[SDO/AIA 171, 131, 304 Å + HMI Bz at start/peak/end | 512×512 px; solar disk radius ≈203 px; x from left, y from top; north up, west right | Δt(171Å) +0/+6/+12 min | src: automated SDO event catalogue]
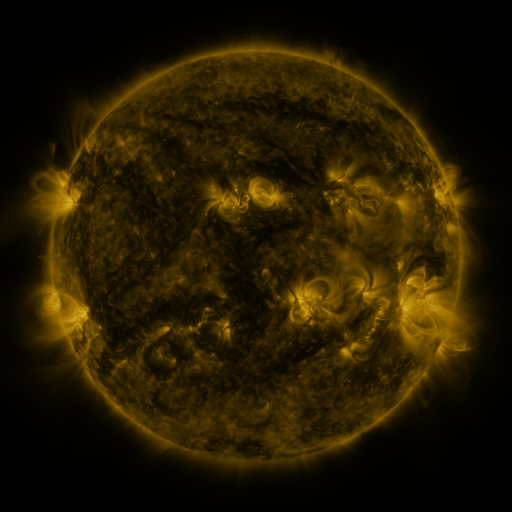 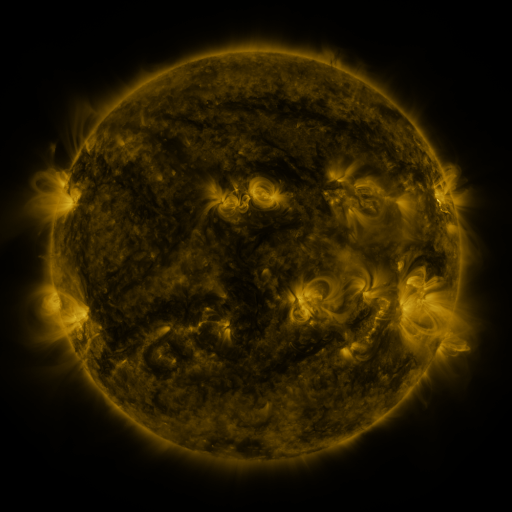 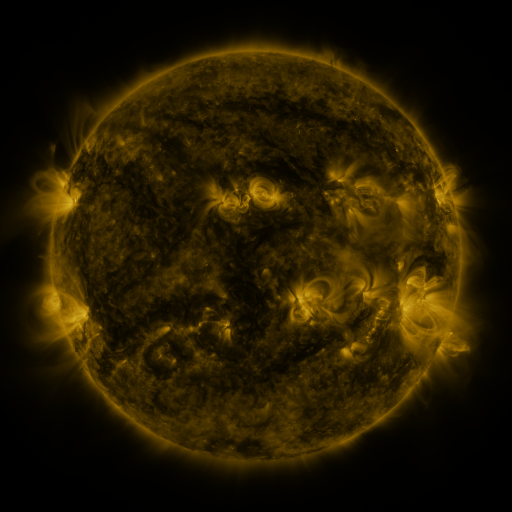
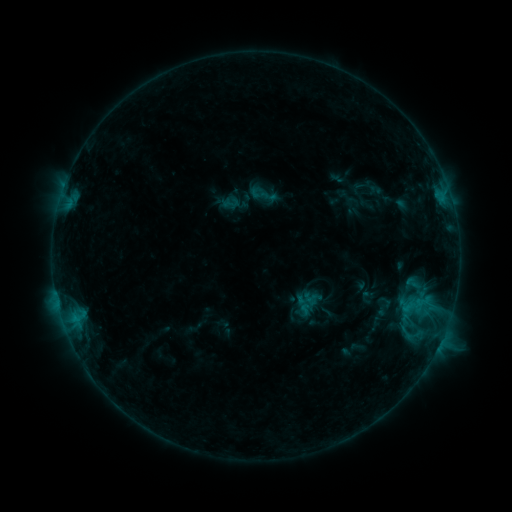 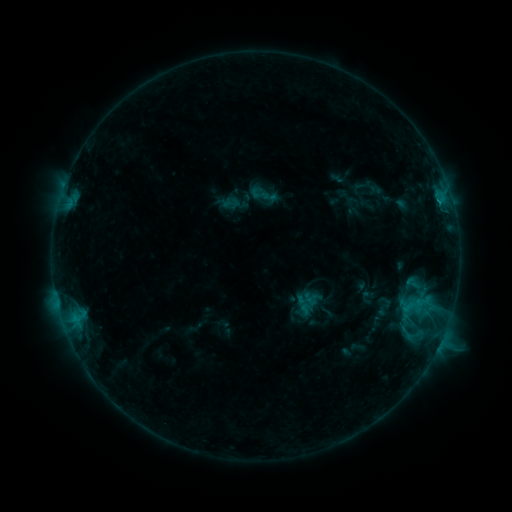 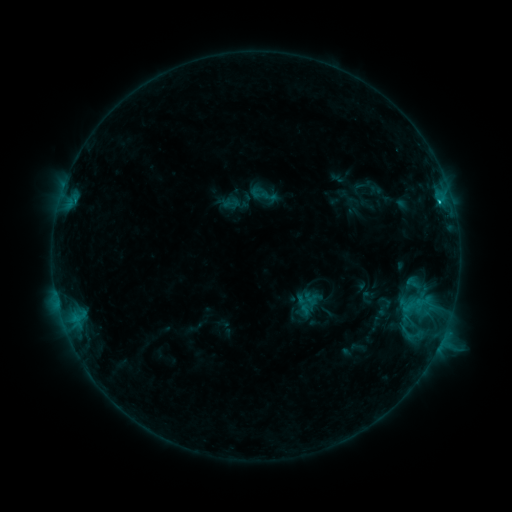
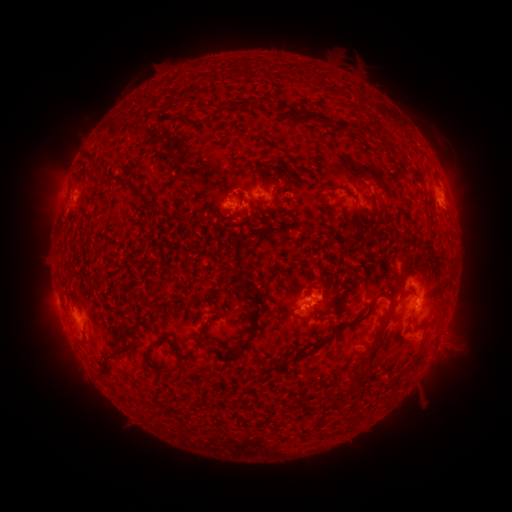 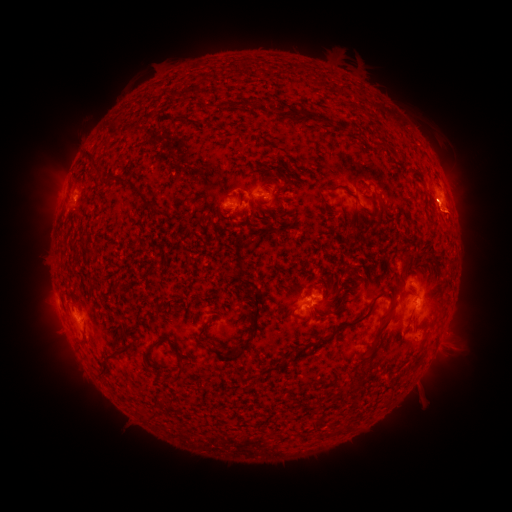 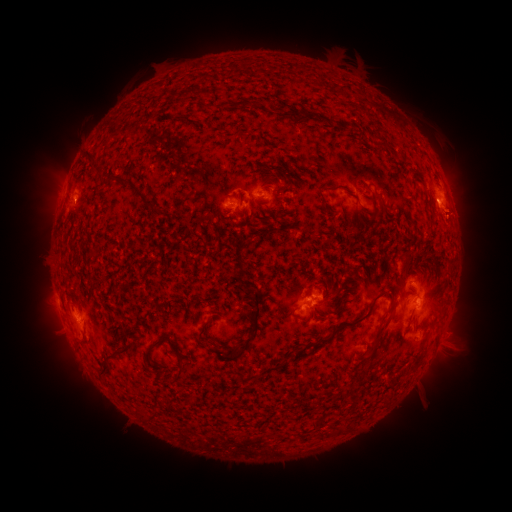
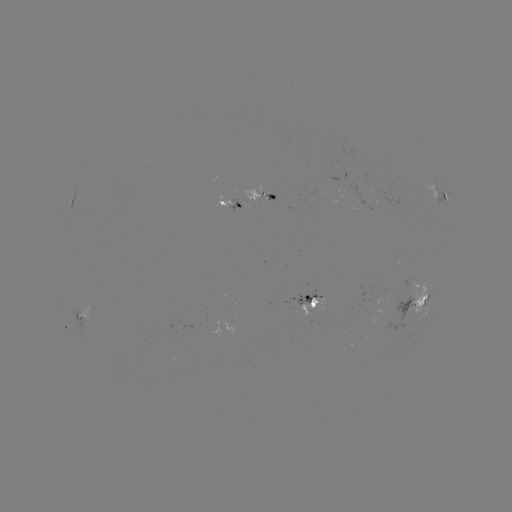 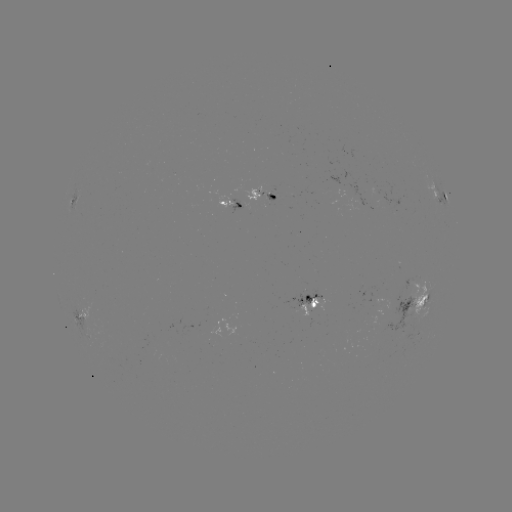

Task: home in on eruption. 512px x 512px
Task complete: [459, 215].